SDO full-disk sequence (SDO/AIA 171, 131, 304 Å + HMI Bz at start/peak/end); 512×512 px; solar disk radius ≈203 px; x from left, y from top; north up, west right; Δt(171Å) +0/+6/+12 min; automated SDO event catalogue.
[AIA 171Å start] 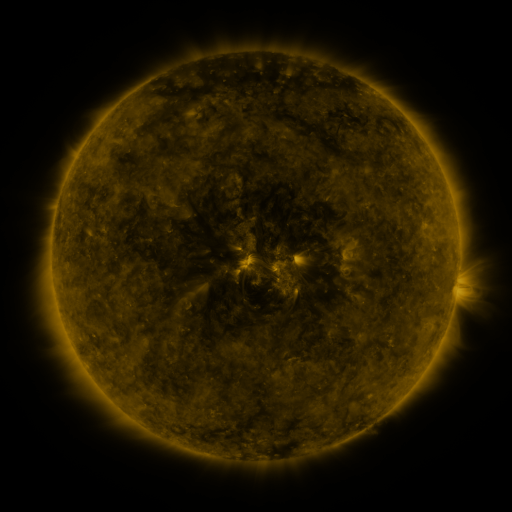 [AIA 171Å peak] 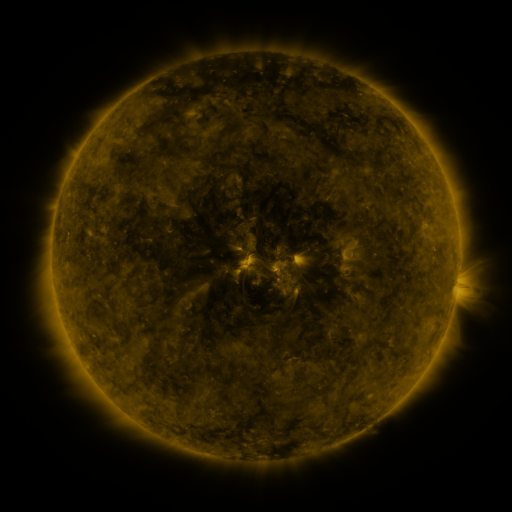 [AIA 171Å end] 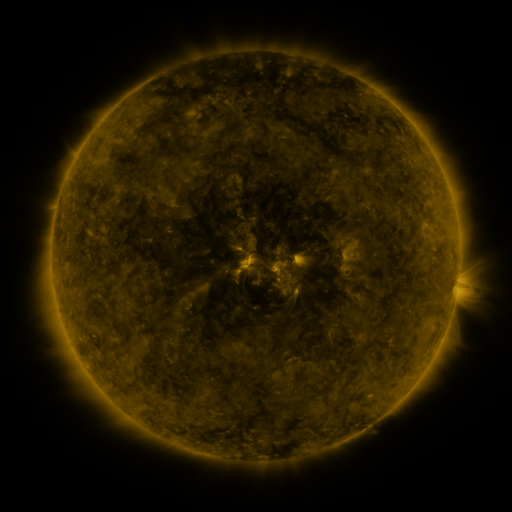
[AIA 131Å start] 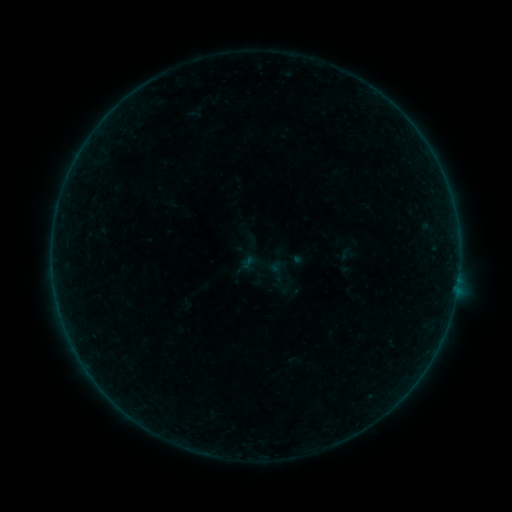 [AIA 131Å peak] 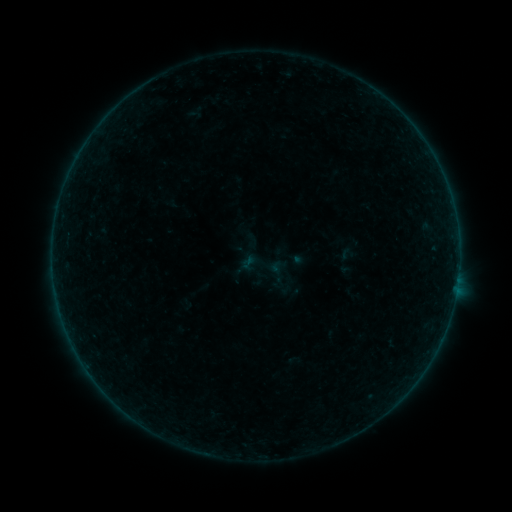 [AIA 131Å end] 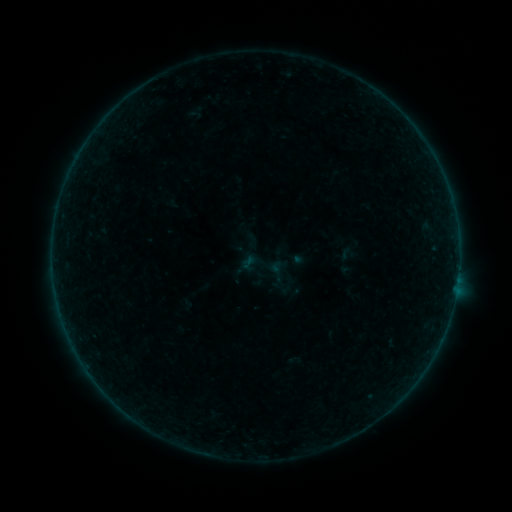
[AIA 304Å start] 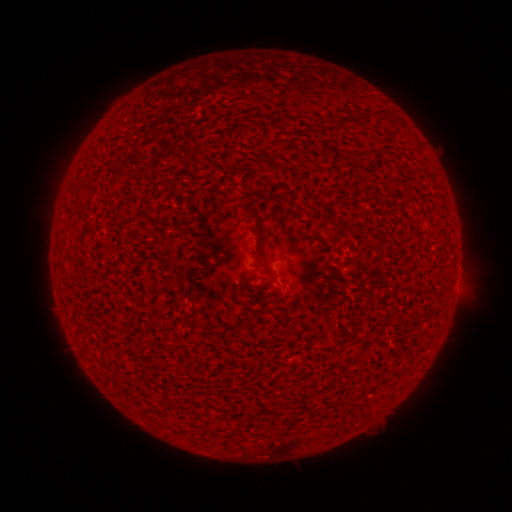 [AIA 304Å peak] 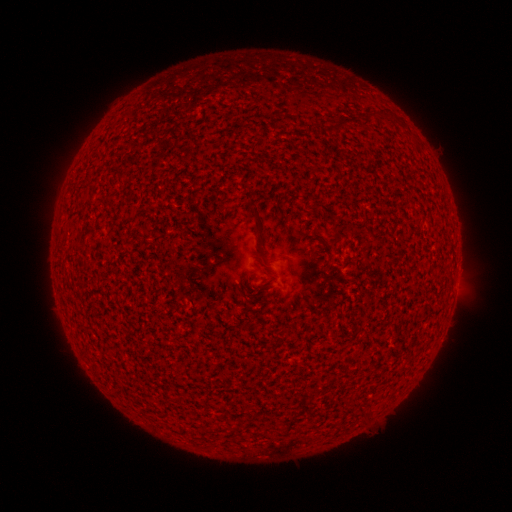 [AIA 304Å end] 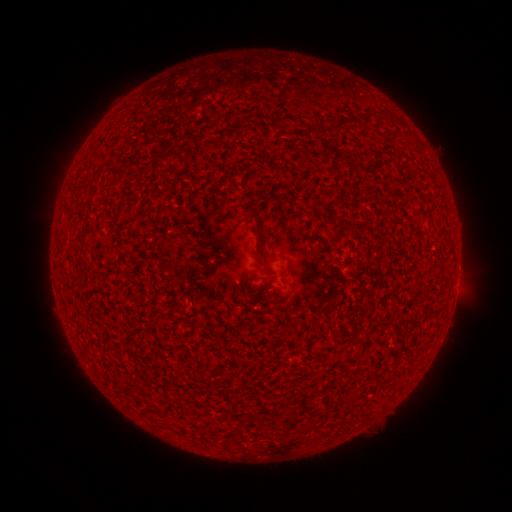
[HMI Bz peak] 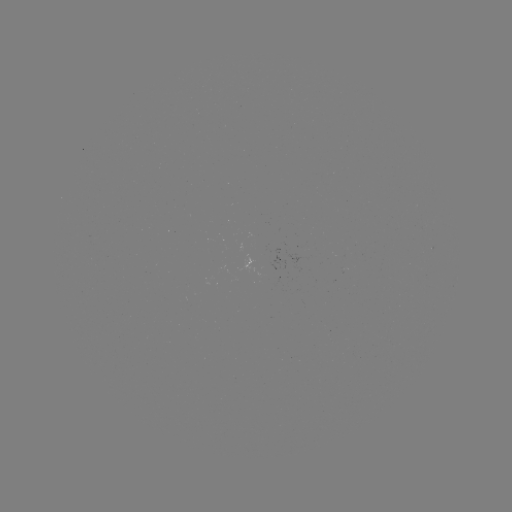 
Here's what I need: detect A1.0 flare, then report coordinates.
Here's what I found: A1.0 flare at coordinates [457, 284].